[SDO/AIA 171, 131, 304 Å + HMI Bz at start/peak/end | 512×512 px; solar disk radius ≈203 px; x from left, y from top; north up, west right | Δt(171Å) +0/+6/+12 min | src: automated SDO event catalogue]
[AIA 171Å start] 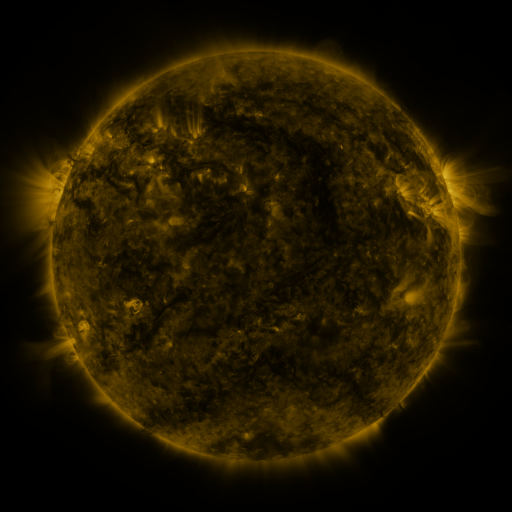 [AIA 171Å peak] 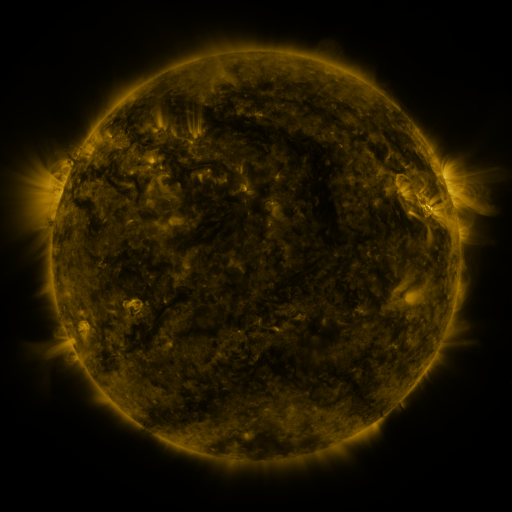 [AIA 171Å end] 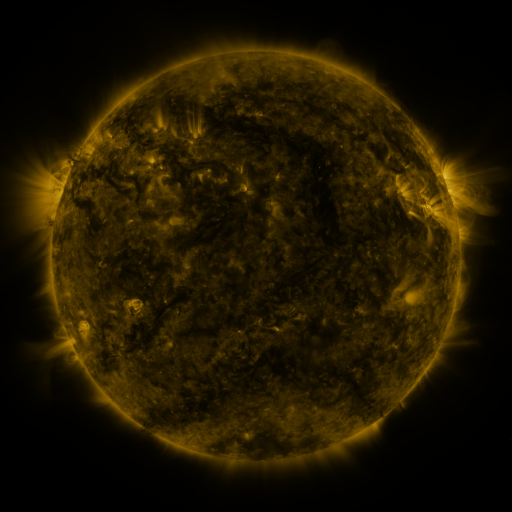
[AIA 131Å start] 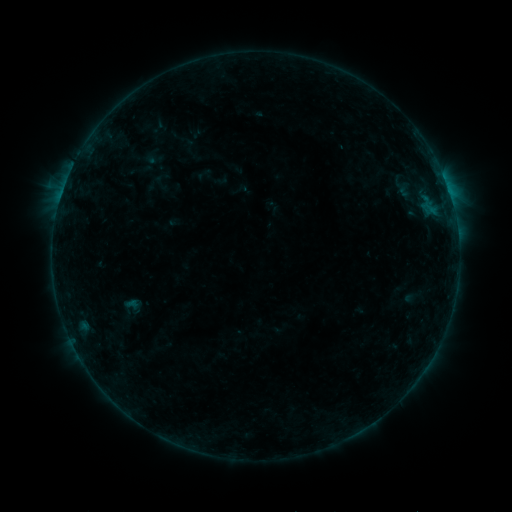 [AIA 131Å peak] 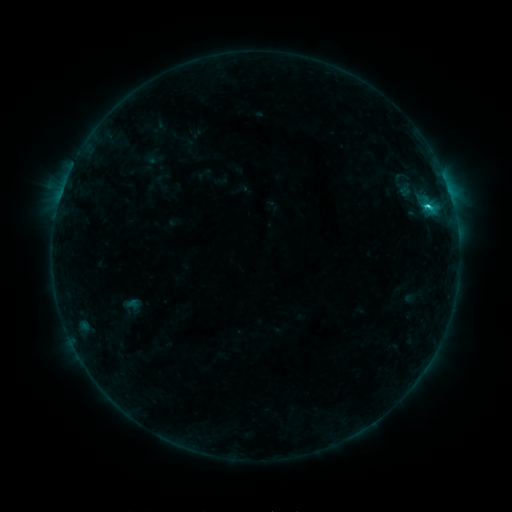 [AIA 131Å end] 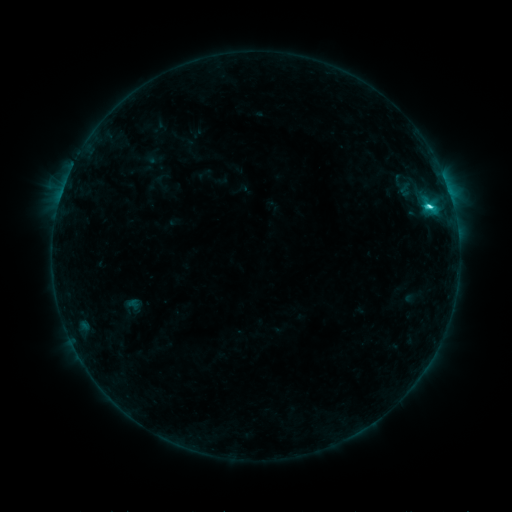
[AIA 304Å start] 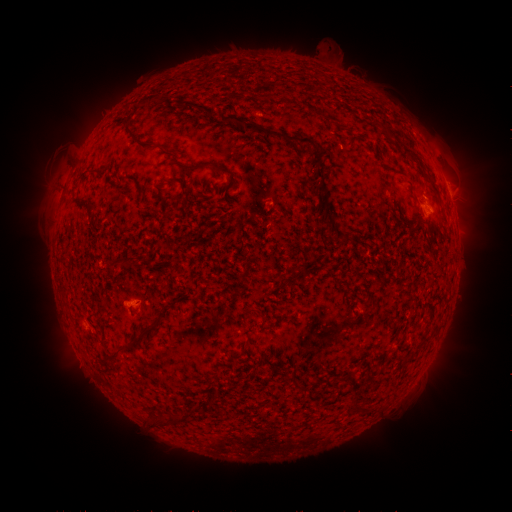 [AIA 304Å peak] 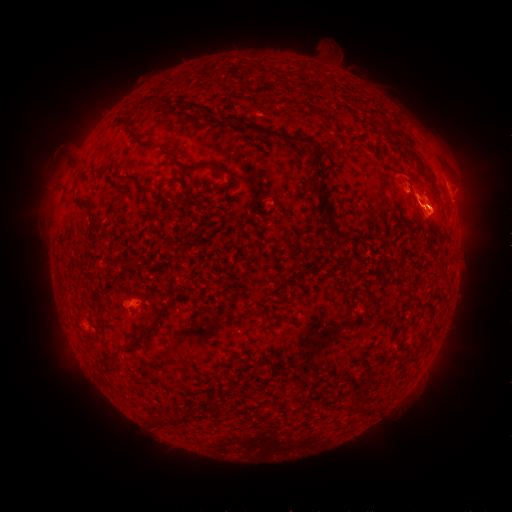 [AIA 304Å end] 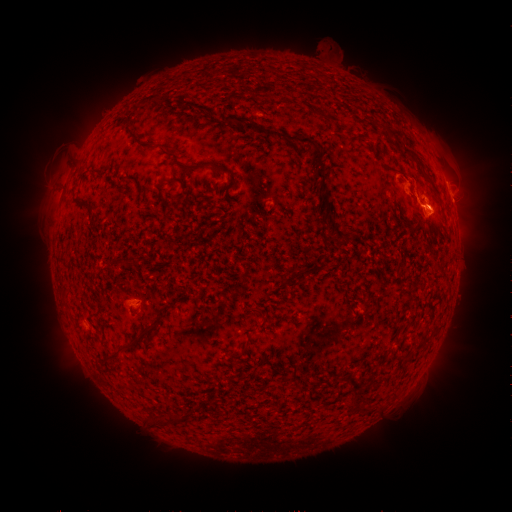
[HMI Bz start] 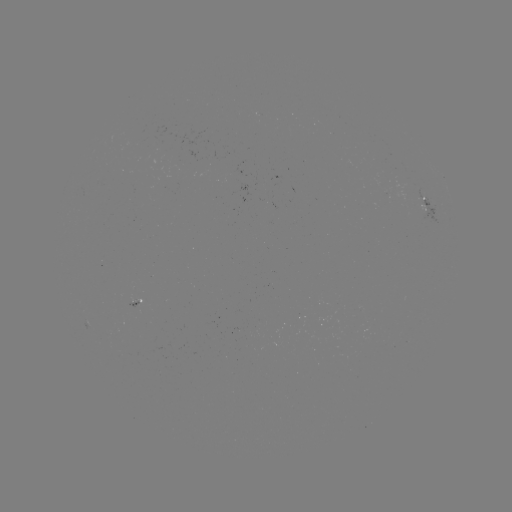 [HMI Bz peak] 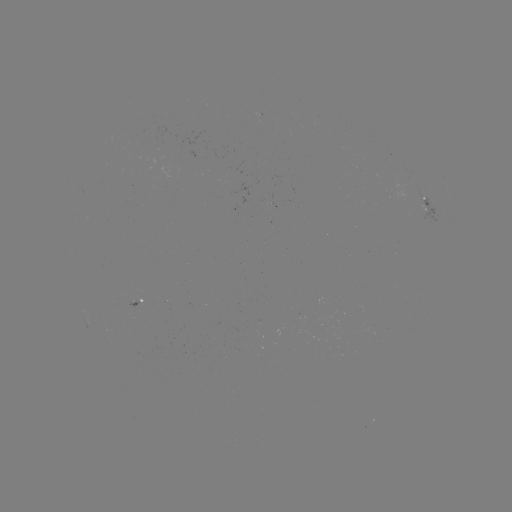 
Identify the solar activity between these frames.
eruption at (414, 184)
